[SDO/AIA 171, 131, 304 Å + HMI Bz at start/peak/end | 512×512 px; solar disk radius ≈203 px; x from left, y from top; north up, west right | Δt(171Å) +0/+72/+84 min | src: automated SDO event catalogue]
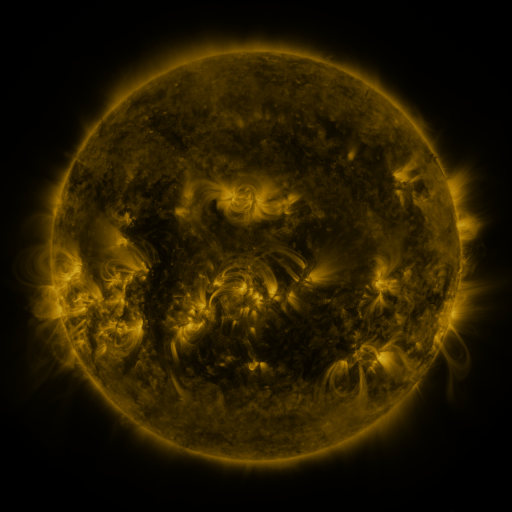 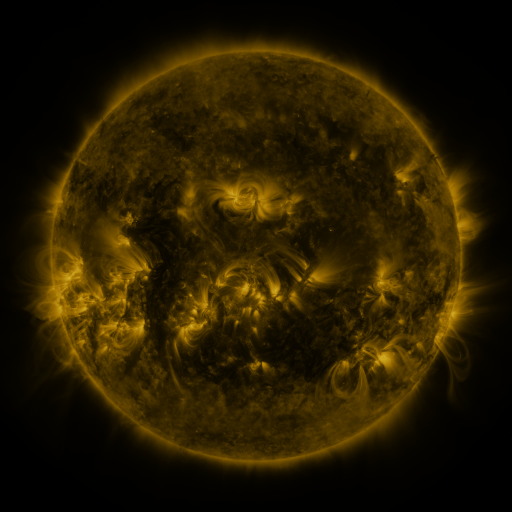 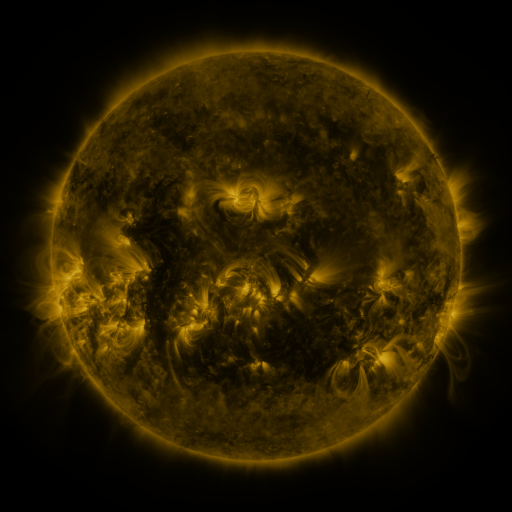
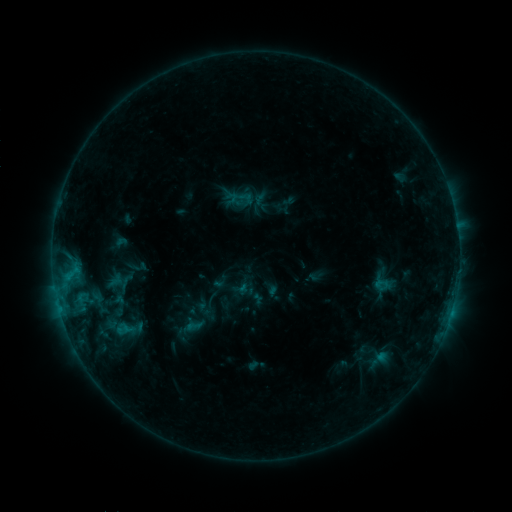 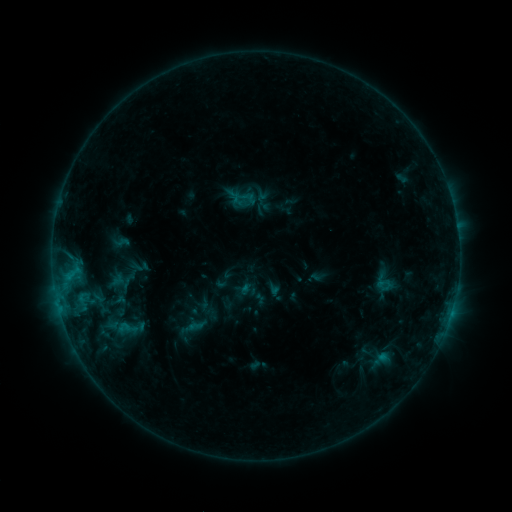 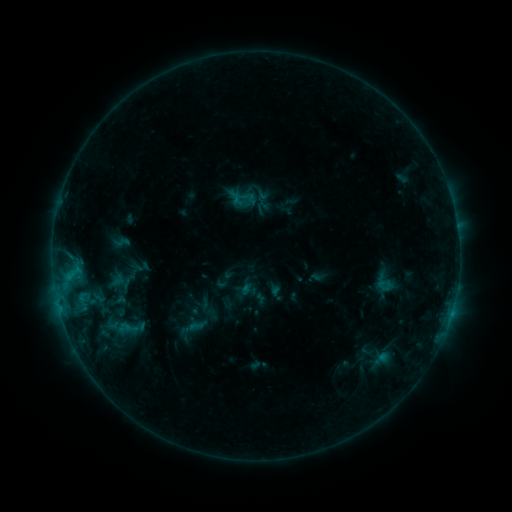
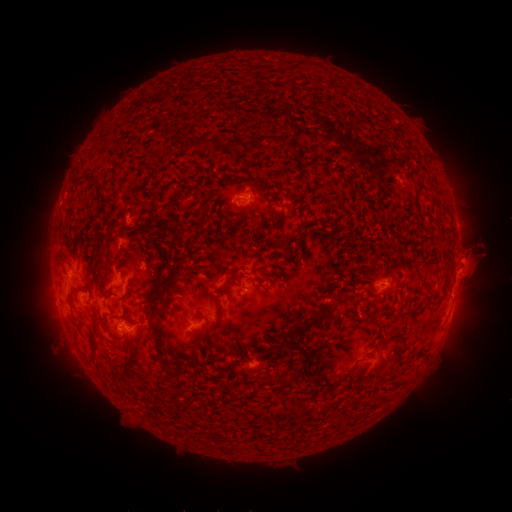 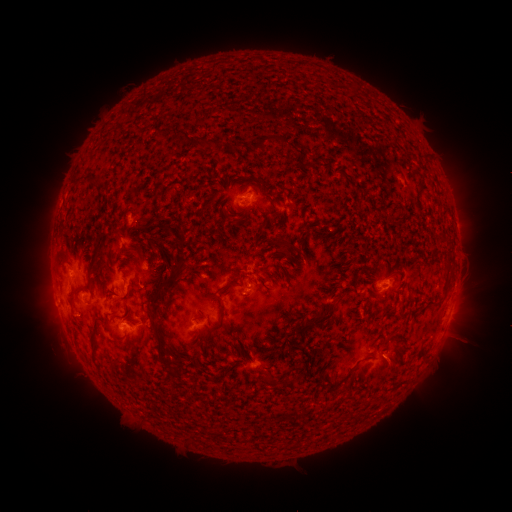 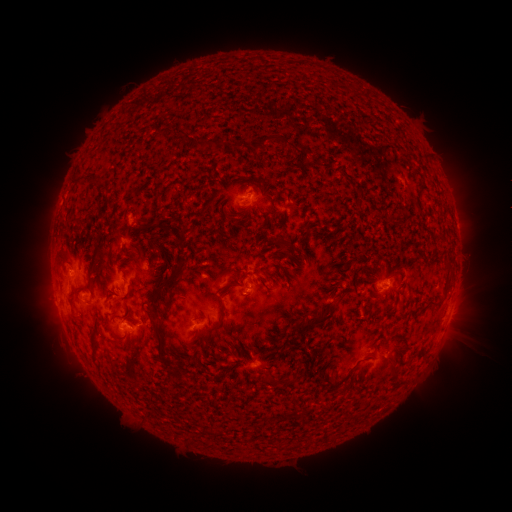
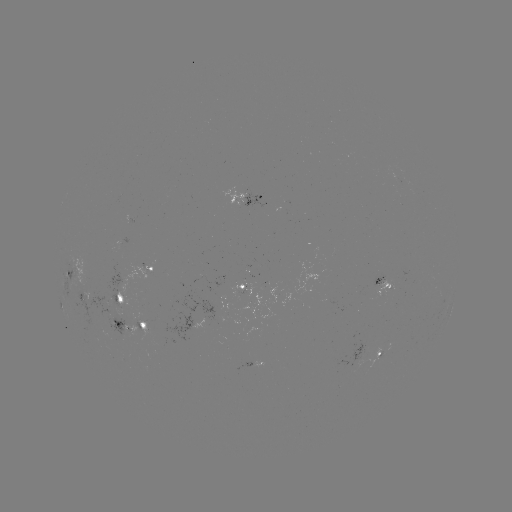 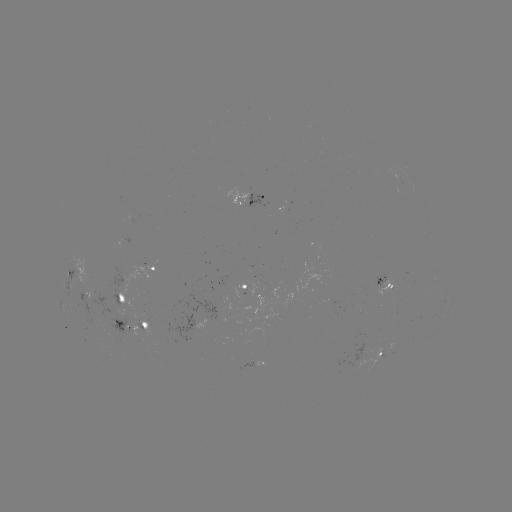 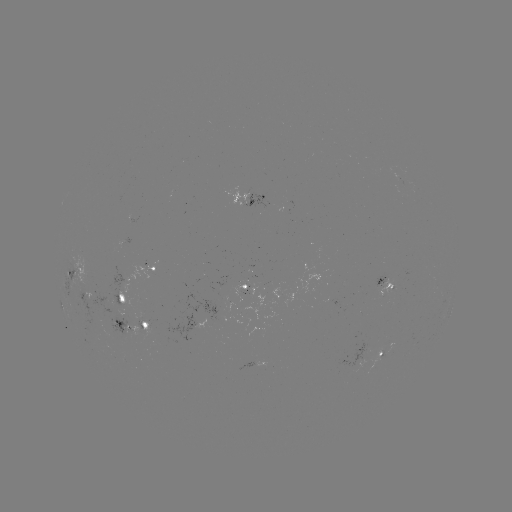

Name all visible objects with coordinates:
emerging-flux region: (250, 290)
